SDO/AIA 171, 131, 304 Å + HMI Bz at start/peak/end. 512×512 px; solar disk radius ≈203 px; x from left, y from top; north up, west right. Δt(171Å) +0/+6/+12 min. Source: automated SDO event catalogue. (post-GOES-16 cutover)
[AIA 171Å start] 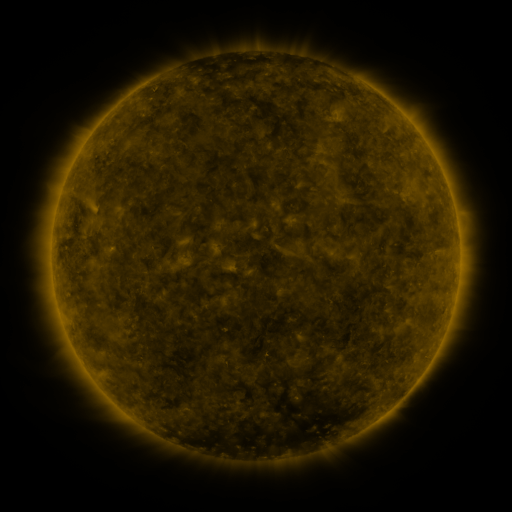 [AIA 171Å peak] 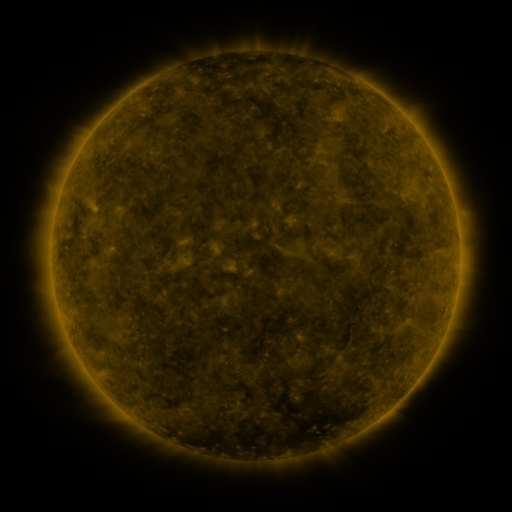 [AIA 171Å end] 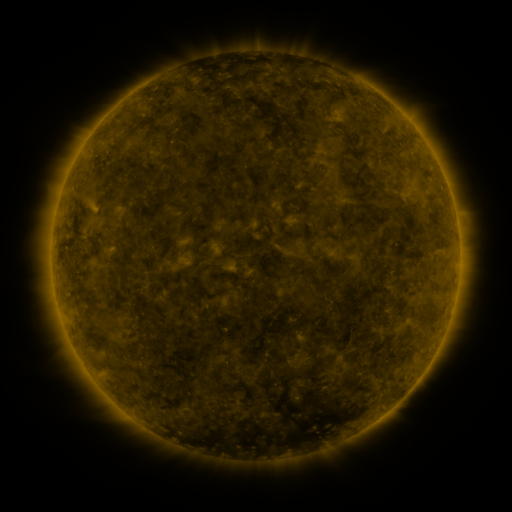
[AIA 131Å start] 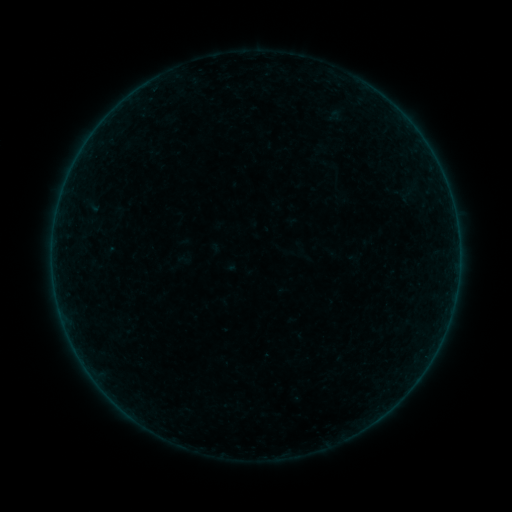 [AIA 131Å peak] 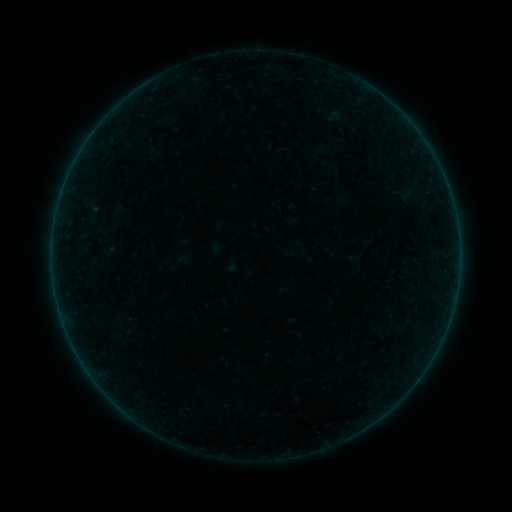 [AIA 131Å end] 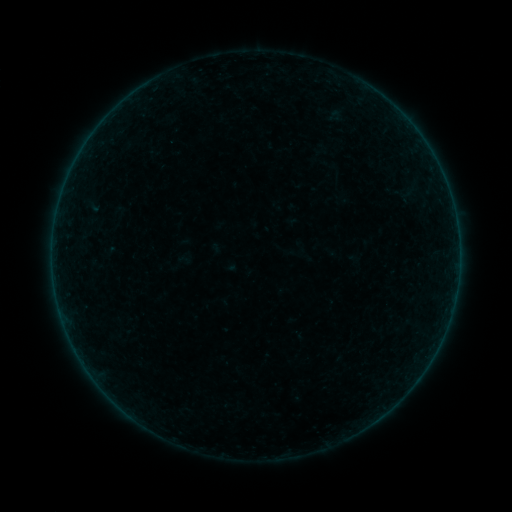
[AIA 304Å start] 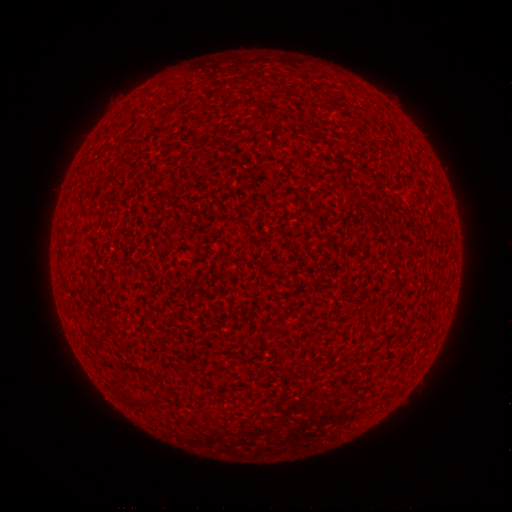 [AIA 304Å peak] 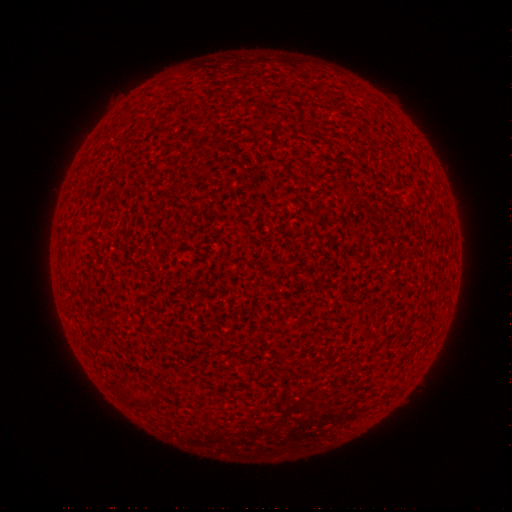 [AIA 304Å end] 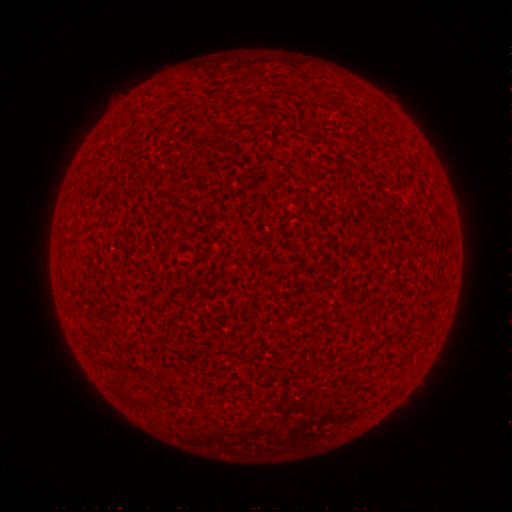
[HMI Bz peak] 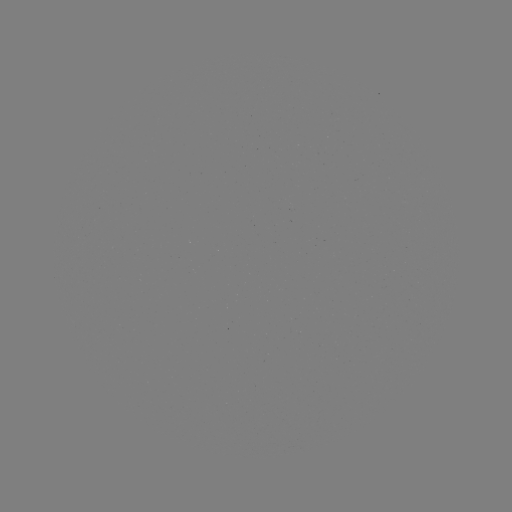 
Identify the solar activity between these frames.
A9.2 flare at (67, 330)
